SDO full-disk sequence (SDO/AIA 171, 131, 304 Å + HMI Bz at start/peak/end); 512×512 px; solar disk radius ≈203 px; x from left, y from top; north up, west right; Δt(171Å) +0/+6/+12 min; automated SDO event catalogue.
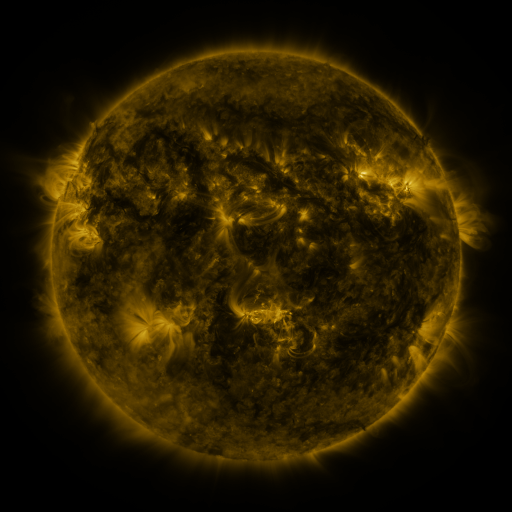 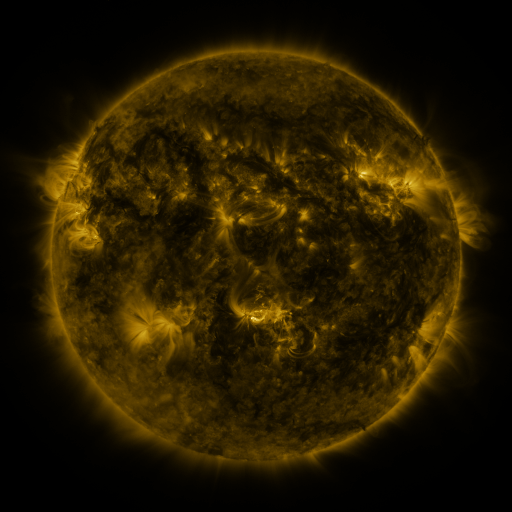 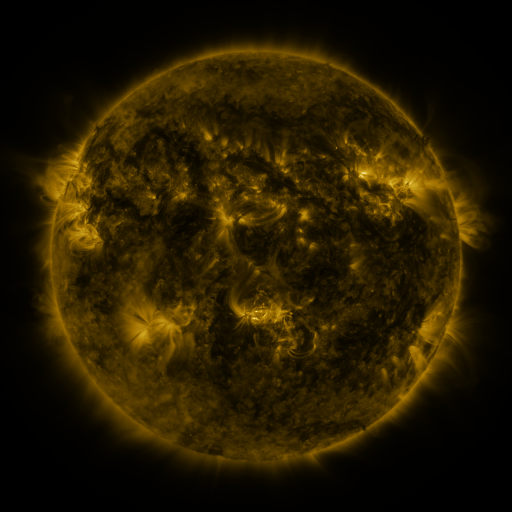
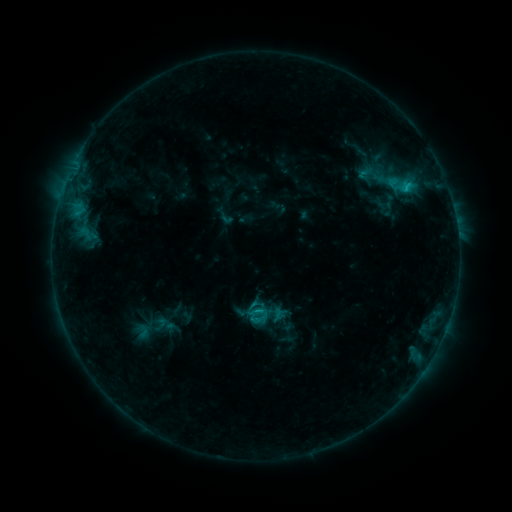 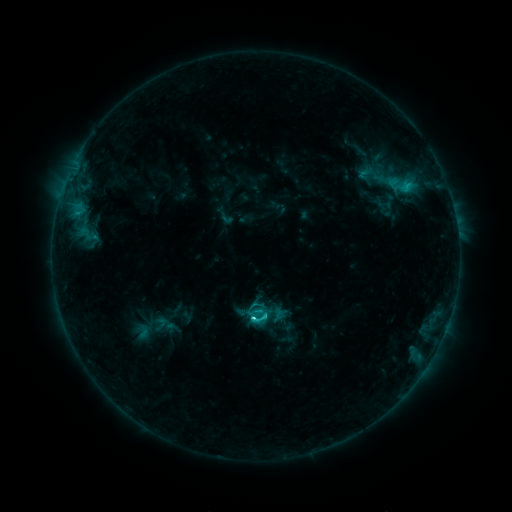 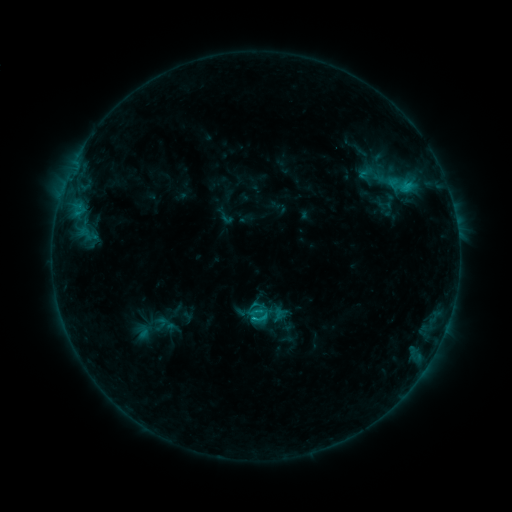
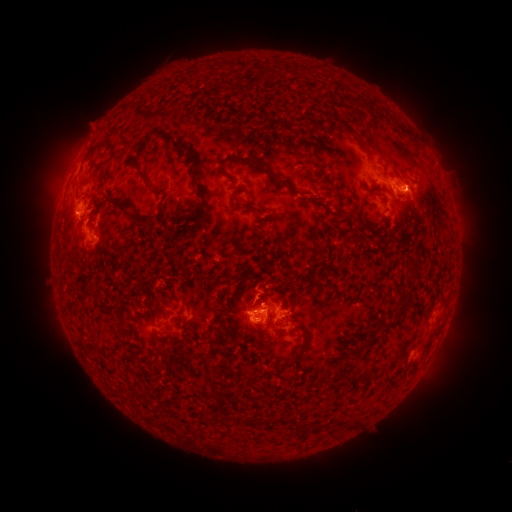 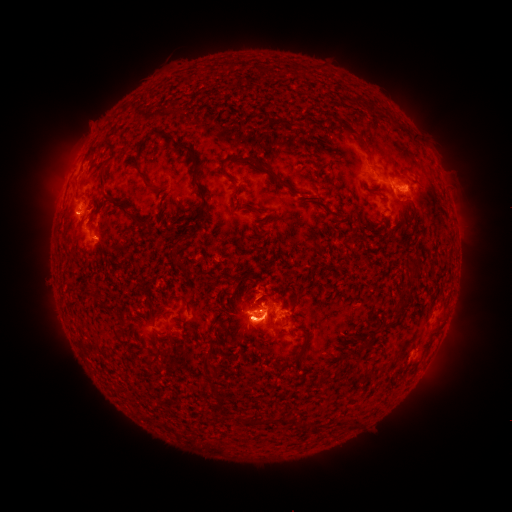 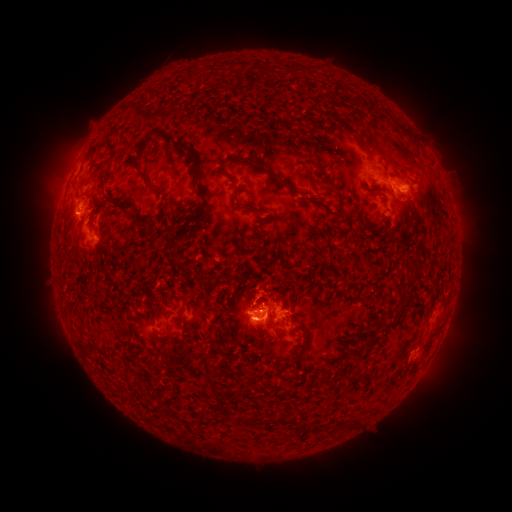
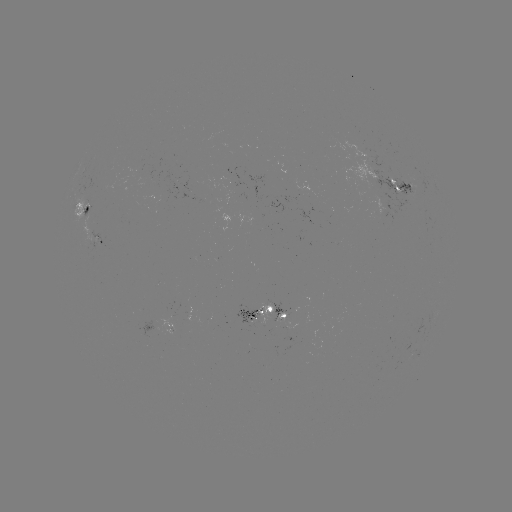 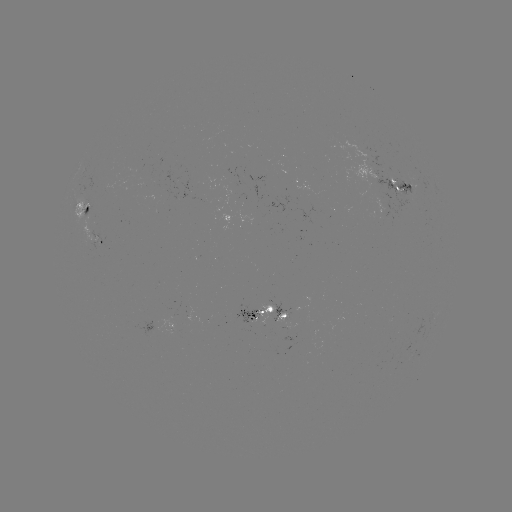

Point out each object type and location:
C3.9 flare: (256, 316)
